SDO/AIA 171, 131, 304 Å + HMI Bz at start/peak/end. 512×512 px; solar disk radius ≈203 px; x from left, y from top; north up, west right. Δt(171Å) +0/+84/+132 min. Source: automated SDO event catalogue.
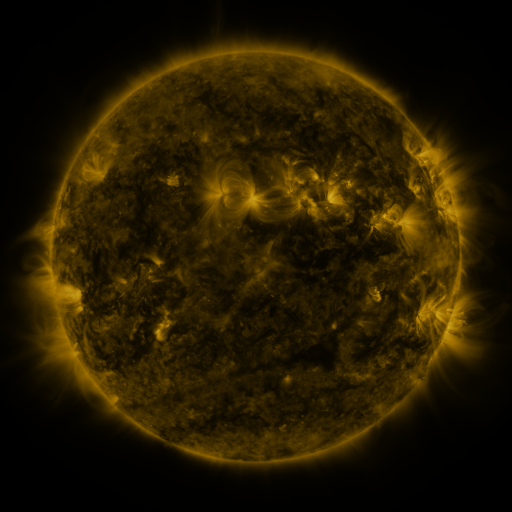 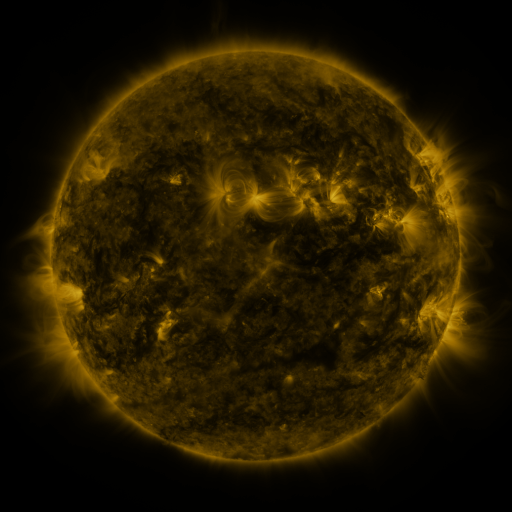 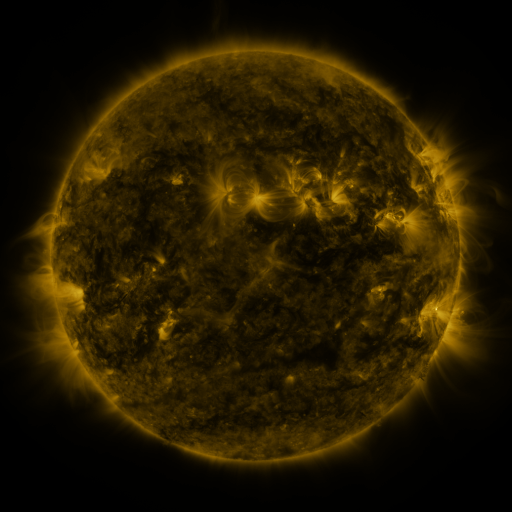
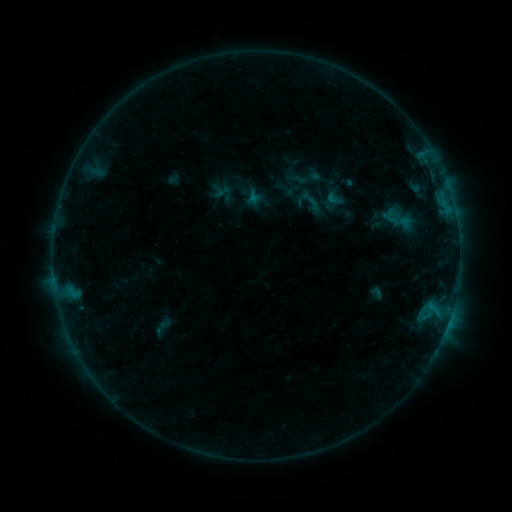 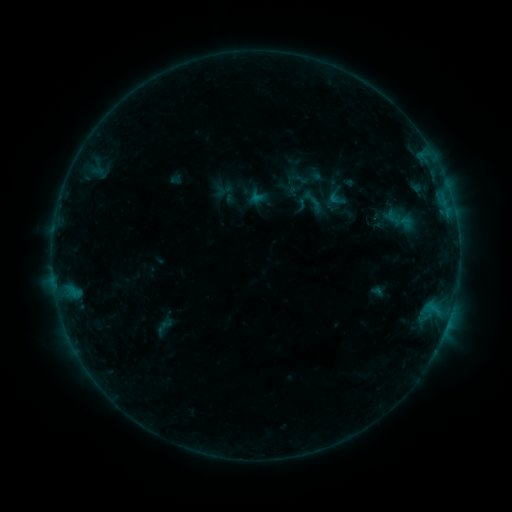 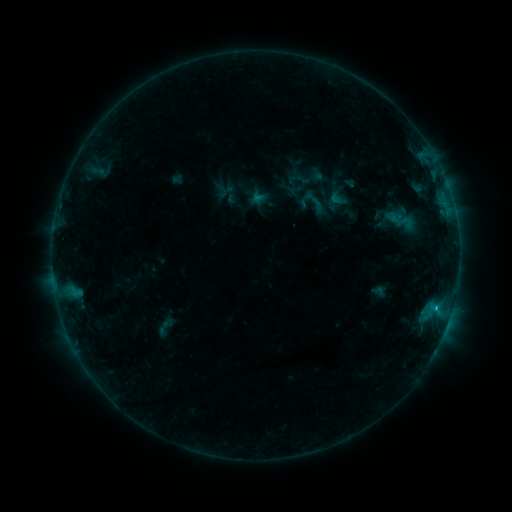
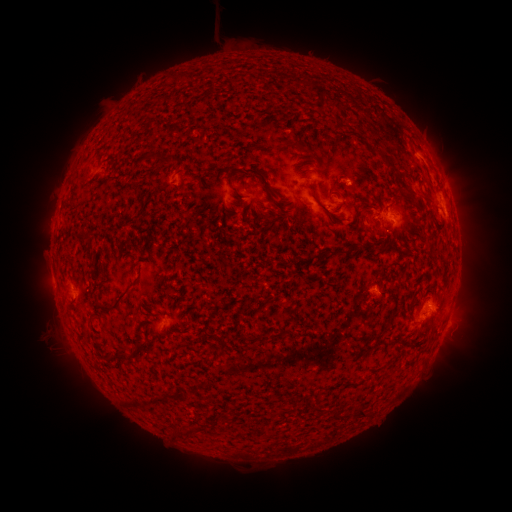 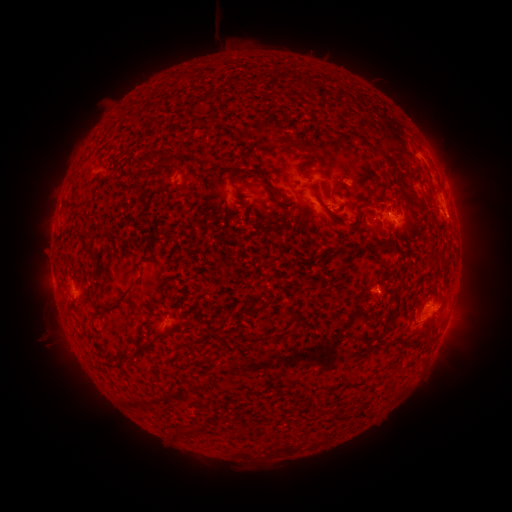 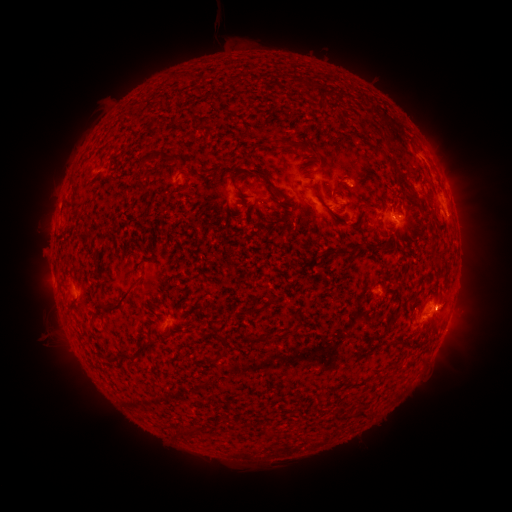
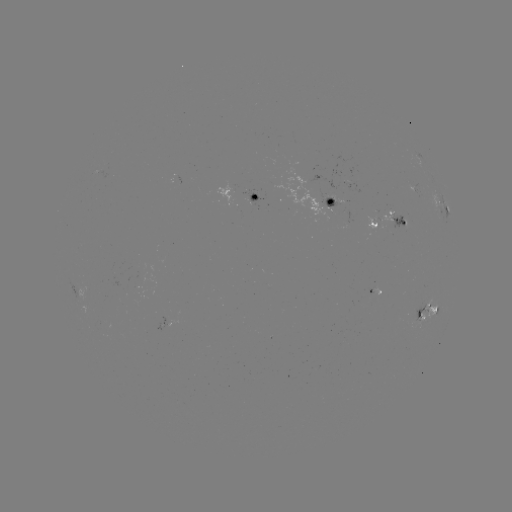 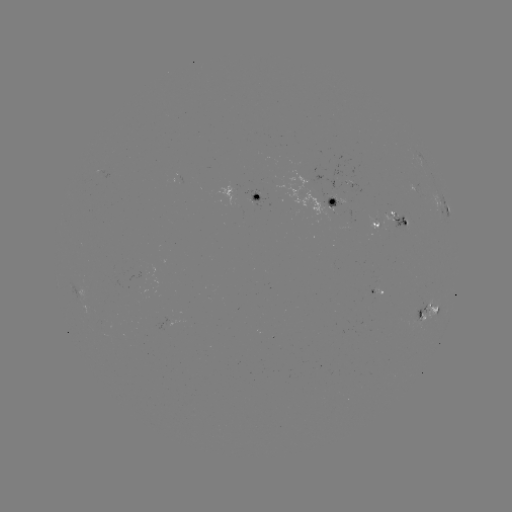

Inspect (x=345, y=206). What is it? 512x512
emerging-flux region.